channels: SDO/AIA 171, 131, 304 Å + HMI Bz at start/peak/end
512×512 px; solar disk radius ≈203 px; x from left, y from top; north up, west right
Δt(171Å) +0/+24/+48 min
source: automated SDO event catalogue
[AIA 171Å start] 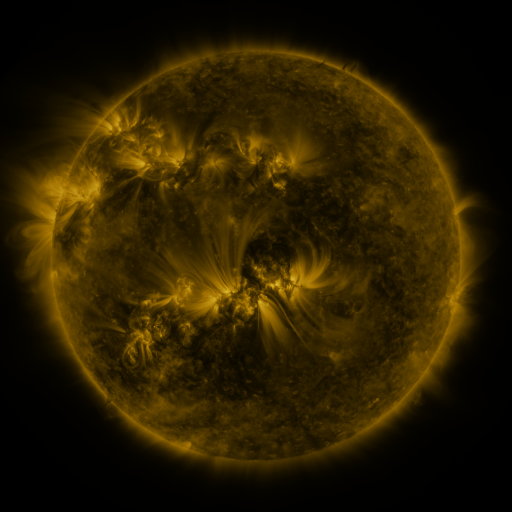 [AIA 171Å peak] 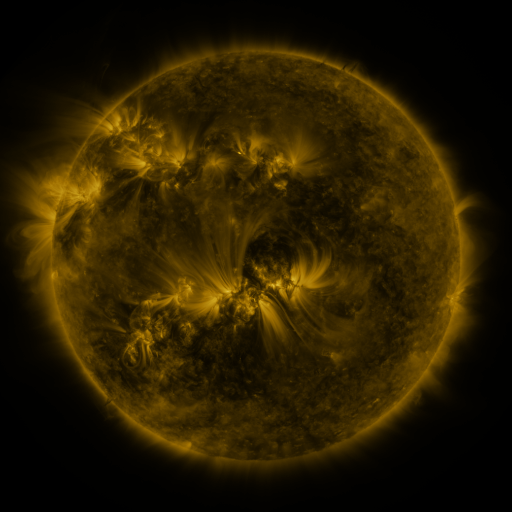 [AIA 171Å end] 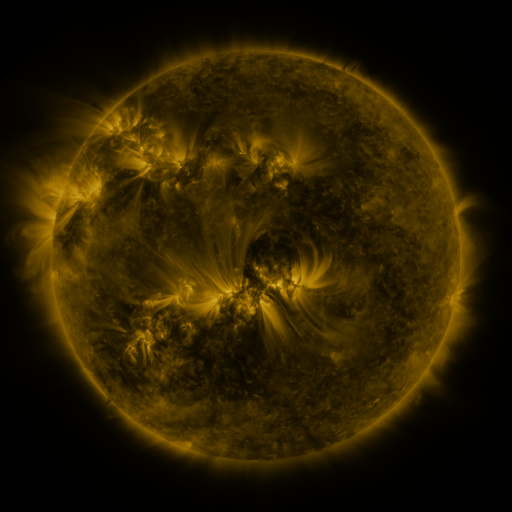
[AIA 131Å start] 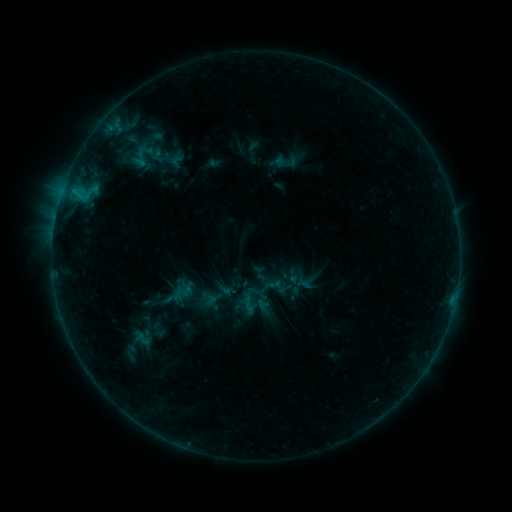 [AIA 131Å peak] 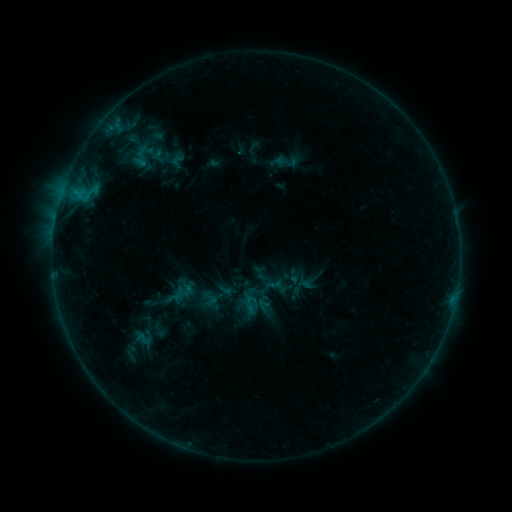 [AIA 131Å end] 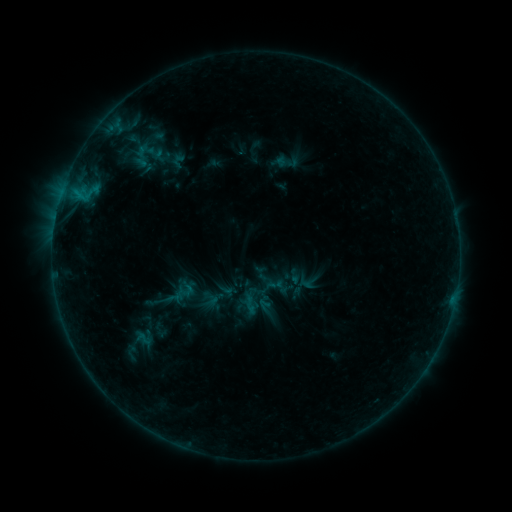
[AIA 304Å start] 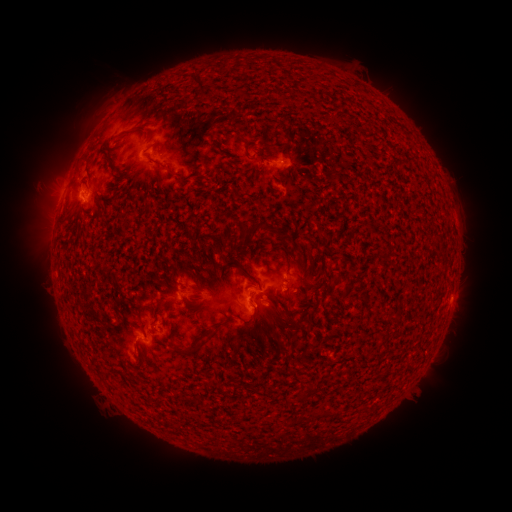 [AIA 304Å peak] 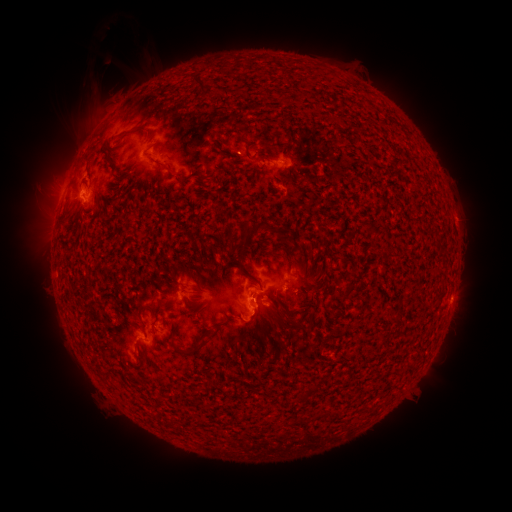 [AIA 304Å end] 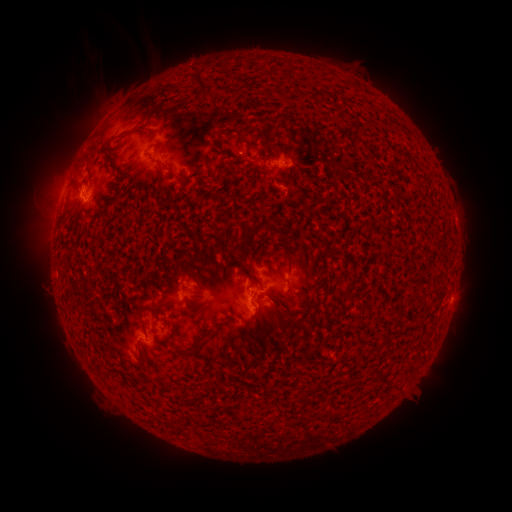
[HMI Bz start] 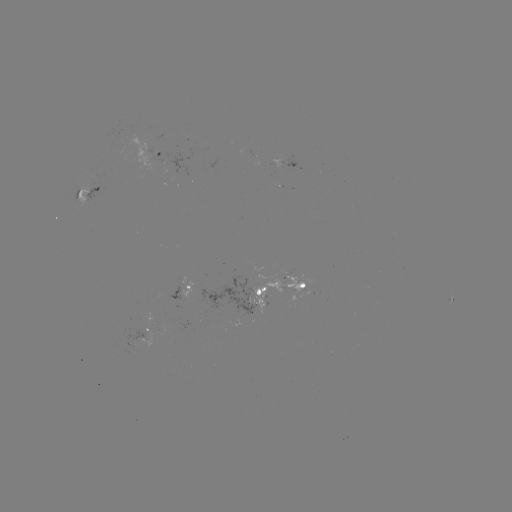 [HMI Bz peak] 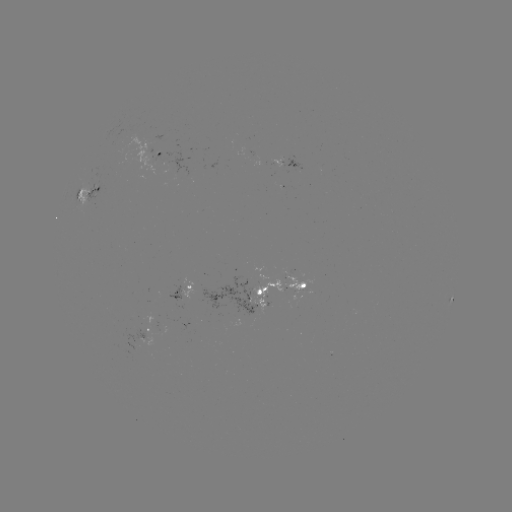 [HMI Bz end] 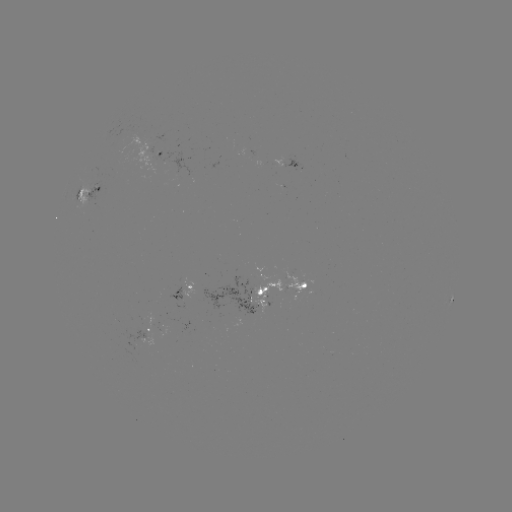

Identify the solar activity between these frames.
emerging-flux region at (241, 299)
